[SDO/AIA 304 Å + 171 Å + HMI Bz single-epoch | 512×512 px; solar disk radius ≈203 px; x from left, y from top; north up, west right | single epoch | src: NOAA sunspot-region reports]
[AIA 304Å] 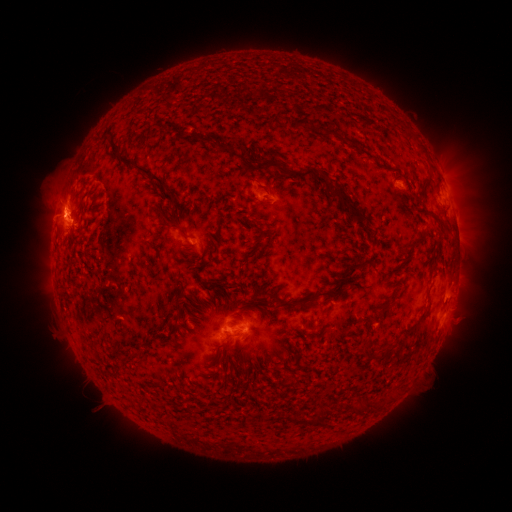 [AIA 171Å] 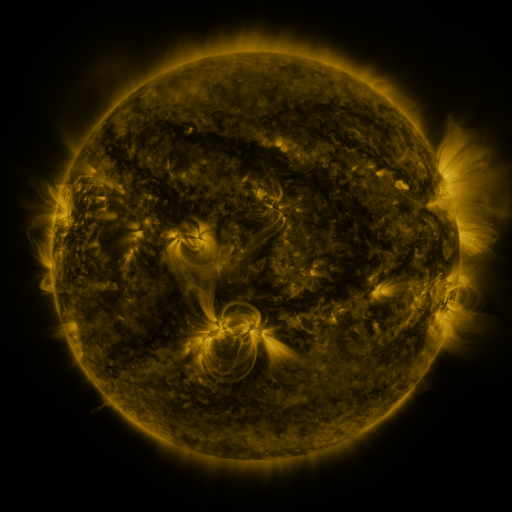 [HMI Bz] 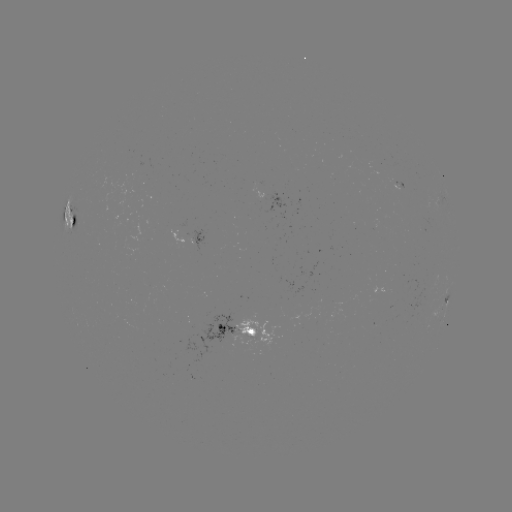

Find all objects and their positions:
spotted active region: (279, 196)
spotted active region: (73, 218)
spotted active region: (200, 238)
spotted active region: (447, 299)
spotted active region: (239, 329)
